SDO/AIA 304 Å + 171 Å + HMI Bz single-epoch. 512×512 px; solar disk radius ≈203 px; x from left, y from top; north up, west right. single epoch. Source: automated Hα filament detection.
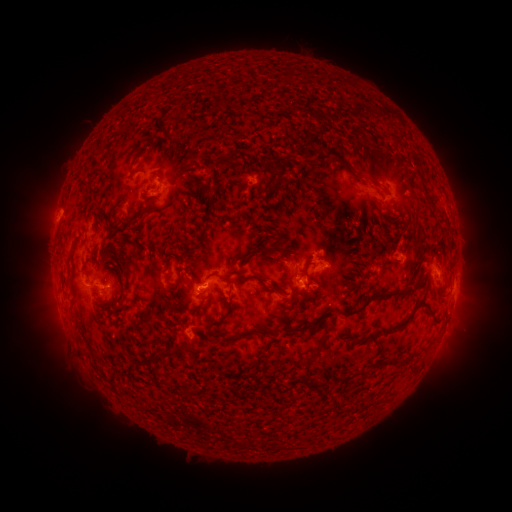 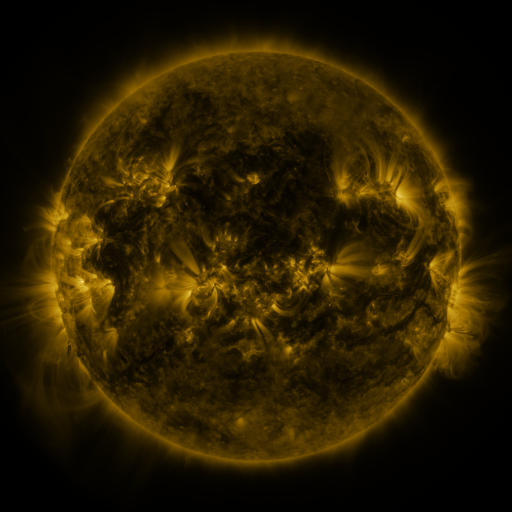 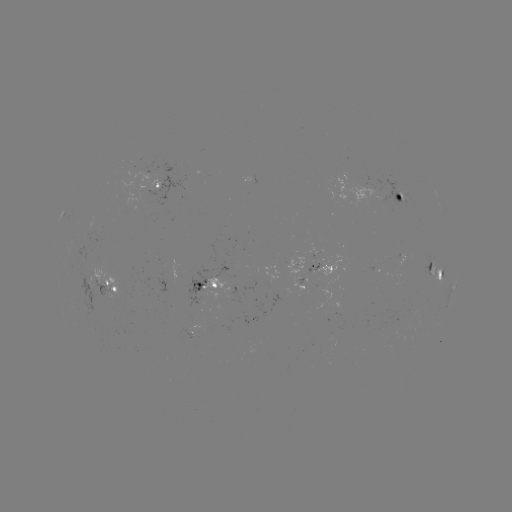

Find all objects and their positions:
filament: <bbox>208, 90, 234, 111</bbox>
filament: <bbox>239, 100, 286, 119</bbox>
filament: <bbox>281, 120, 333, 144</bbox>
filament: <bbox>391, 131, 402, 144</bbox>
filament: <bbox>218, 133, 229, 144</bbox>
filament: <bbox>240, 135, 266, 152</bbox>
filament: <bbox>146, 143, 160, 157</bbox>
filament: <bbox>322, 144, 342, 164</bbox>
filament: <bbox>267, 156, 283, 178</bbox>
filament: <bbox>345, 167, 365, 184</bbox>
filament: <bbox>211, 173, 230, 199</bbox>
filament: <bbox>366, 173, 377, 186</bbox>
filament: <bbox>359, 192, 391, 224</bbox>
filament: <bbox>261, 195, 268, 204</bbox>
filament: <bbox>271, 197, 282, 213</bbox>
filament: <bbox>198, 201, 253, 231</bbox>
filament: <bbox>338, 204, 361, 232</bbox>
filament: <bbox>119, 207, 149, 231</bbox>
filament: <bbox>211, 207, 222, 220</bbox>
filament: <bbox>320, 222, 335, 244</bbox>
filament: <bbox>391, 223, 400, 233</bbox>
filament: <bbox>253, 227, 270, 244</bbox>
filament: <bbox>276, 240, 285, 252</bbox>
filament: <bbox>195, 245, 212, 260</bbox>
filament: <bbox>232, 246, 273, 264</bbox>
filament: <bbox>341, 252, 364, 273</bbox>
filament: <bbox>386, 255, 400, 262</bbox>
filament: <bbox>301, 260, 313, 272</bbox>
filament: <bbox>187, 261, 198, 267</bbox>
filament: <bbox>164, 271, 183, 304</bbox>
filament: <bbox>236, 271, 268, 284</bbox>
filament: <bbox>204, 272, 233, 285</bbox>
filament: <bbox>338, 276, 366, 296</bbox>
filament: <bbox>338, 282, 416, 315</bbox>
filament: <bbox>126, 283, 143, 302</bbox>
filament: <bbox>433, 285, 445, 296</bbox>
filament: <bbox>271, 286, 282, 293</bbox>
filament: <bbox>308, 286, 319, 305</bbox>
filament: <bbox>284, 296, 294, 308</bbox>
filament: <bbox>418, 297, 439, 322</bbox>
filament: <bbox>204, 304, 233, 338</bbox>
filament: <bbox>287, 309, 335, 333</bbox>
filament: <bbox>324, 310, 414, 342</bbox>
filament: <bbox>163, 322, 172, 333</bbox>
filament: <bbox>126, 324, 135, 335</bbox>
filament: <bbox>311, 331, 331, 359</bbox>
filament: <bbox>229, 332, 241, 342</bbox>
filament: <bbox>153, 344, 196, 361</bbox>
filament: <bbox>215, 346, 226, 354</bbox>
filament: <bbox>293, 347, 306, 360</bbox>
filament: <bbox>249, 348, 261, 358</bbox>
filament: <bbox>377, 355, 401, 366</bbox>
filament: <bbox>235, 359, 247, 374</bbox>
